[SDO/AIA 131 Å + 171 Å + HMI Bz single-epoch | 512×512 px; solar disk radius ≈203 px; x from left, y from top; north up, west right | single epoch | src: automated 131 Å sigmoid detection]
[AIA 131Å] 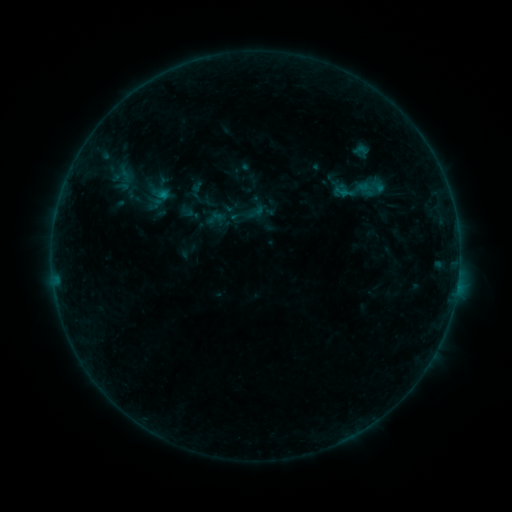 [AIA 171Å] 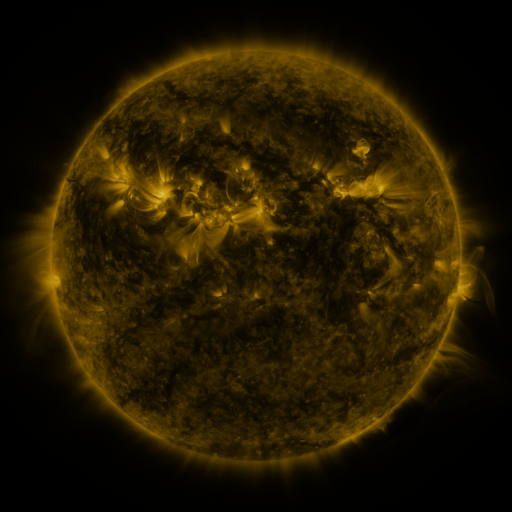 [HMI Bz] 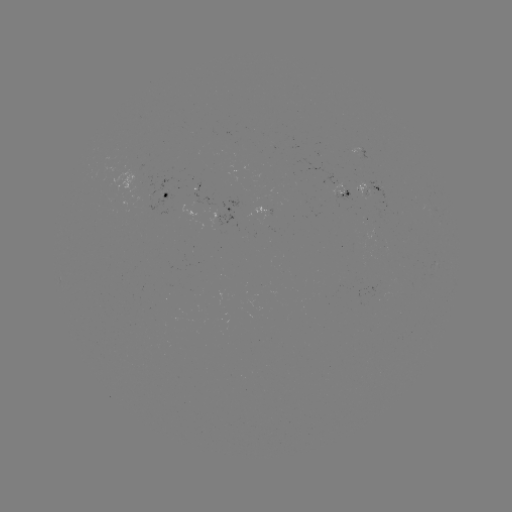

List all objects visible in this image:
sigmoid: (360, 187)
